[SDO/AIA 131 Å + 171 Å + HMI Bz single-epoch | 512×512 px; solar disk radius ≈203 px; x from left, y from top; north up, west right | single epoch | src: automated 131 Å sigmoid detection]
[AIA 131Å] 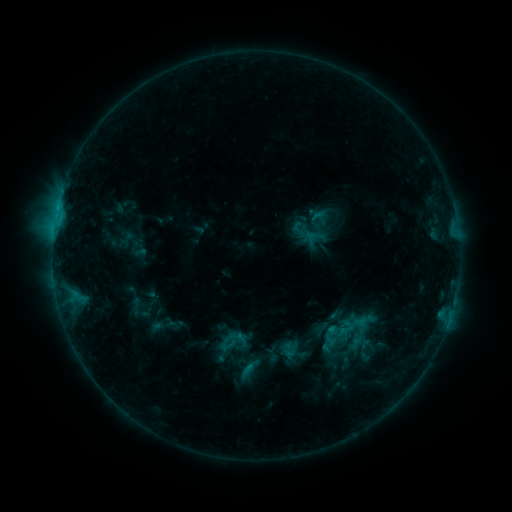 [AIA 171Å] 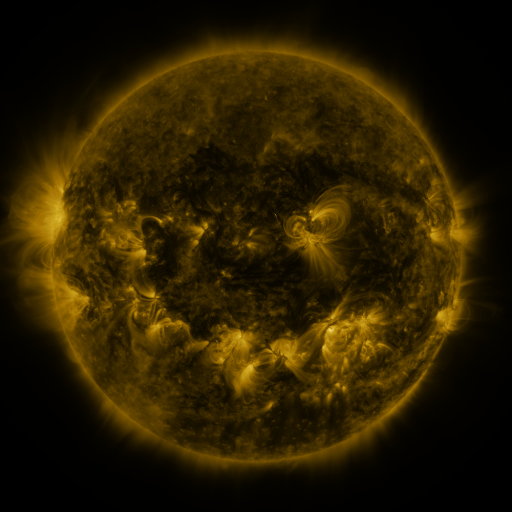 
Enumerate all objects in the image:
sigmoid: [335, 318, 356, 339]
sigmoid: [282, 342, 296, 357]
